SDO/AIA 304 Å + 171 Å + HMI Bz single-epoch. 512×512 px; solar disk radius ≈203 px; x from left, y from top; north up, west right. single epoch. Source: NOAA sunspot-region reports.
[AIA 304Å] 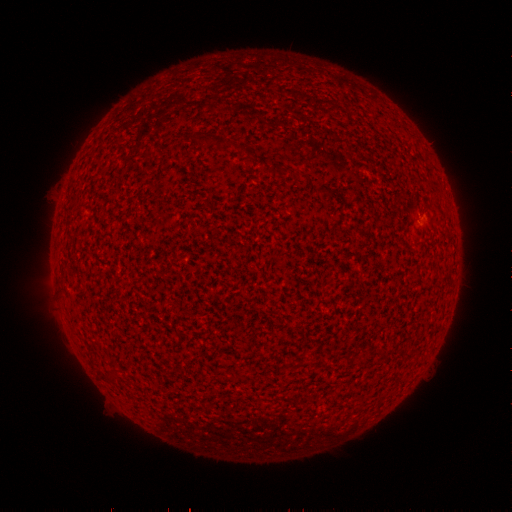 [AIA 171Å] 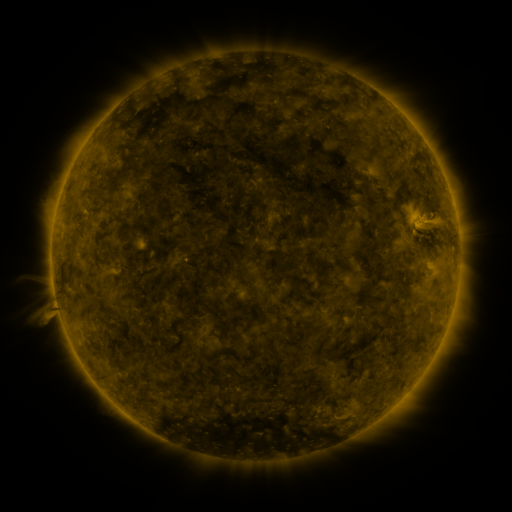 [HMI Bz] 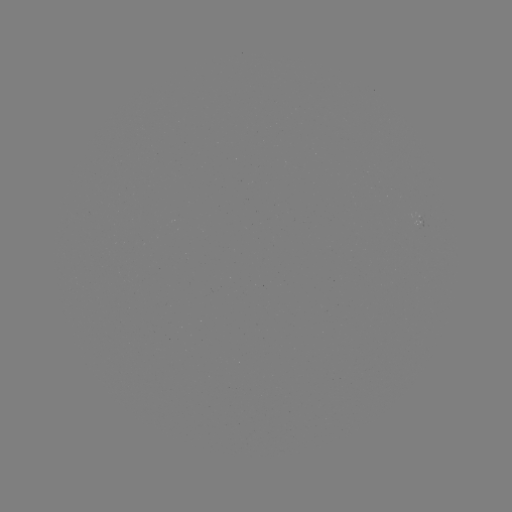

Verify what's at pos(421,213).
spotted active region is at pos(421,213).